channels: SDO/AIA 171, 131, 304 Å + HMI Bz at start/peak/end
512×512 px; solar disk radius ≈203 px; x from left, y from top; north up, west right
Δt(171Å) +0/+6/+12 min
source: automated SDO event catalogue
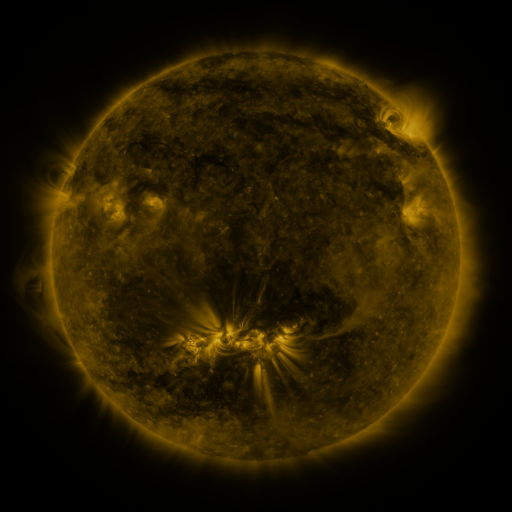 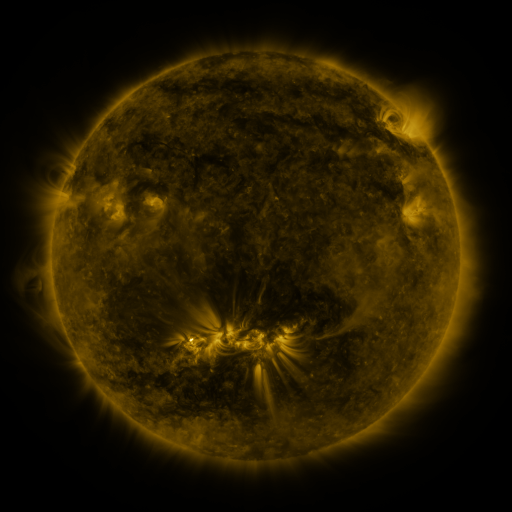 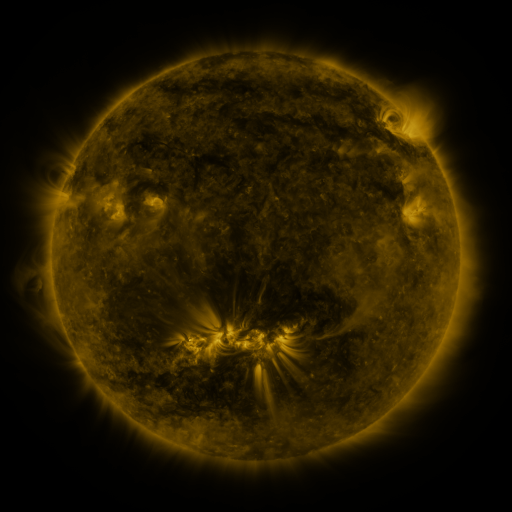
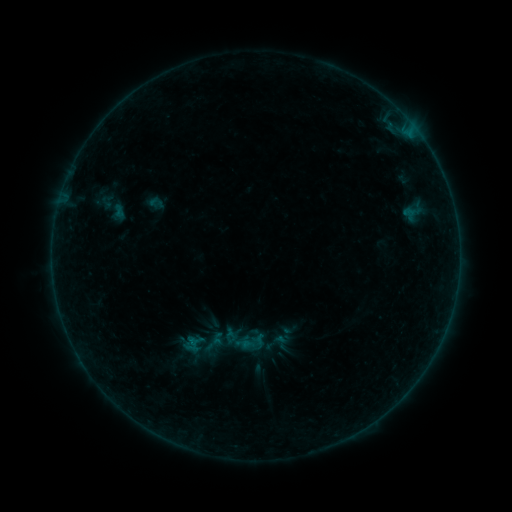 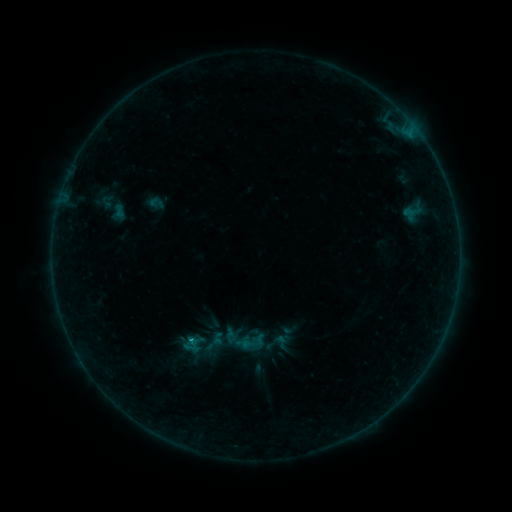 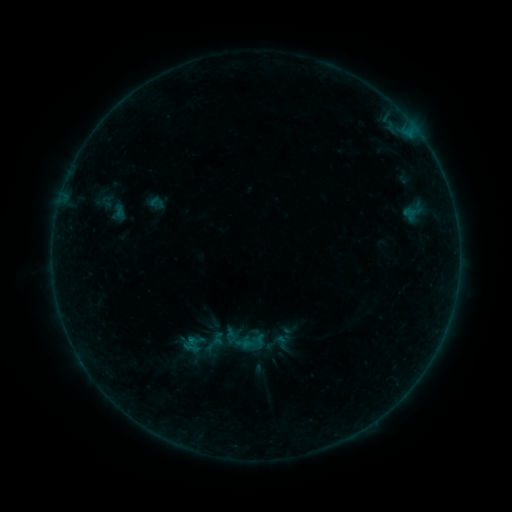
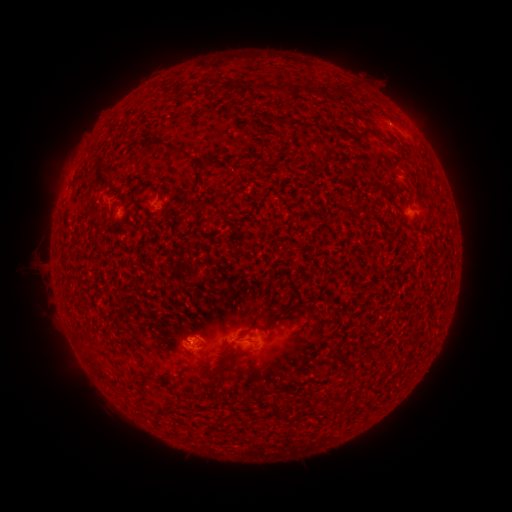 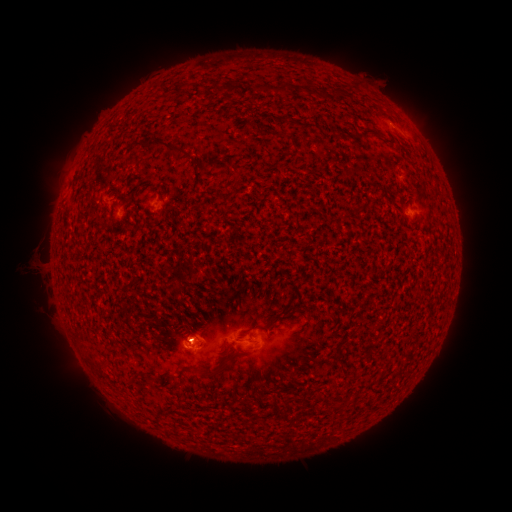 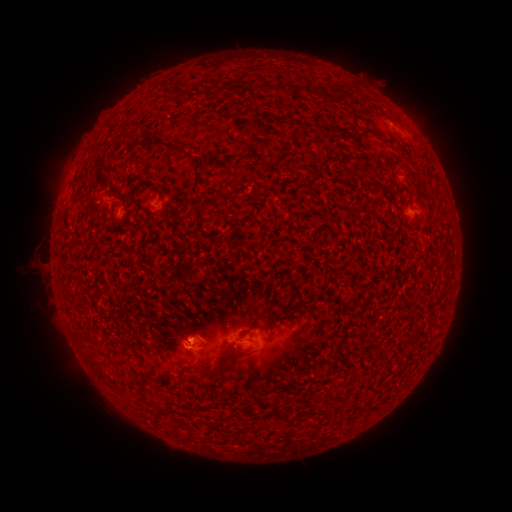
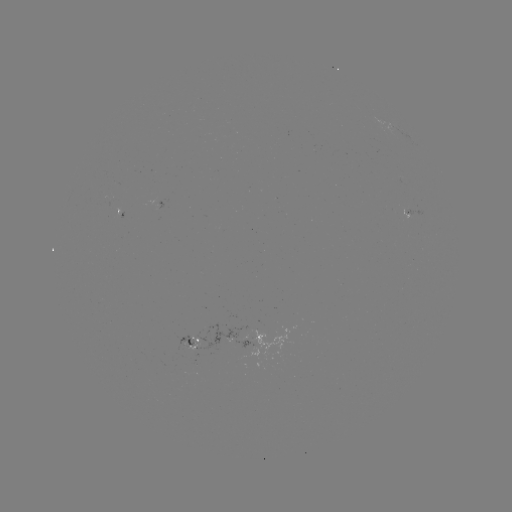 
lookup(B2.6 flare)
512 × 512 (191, 342)